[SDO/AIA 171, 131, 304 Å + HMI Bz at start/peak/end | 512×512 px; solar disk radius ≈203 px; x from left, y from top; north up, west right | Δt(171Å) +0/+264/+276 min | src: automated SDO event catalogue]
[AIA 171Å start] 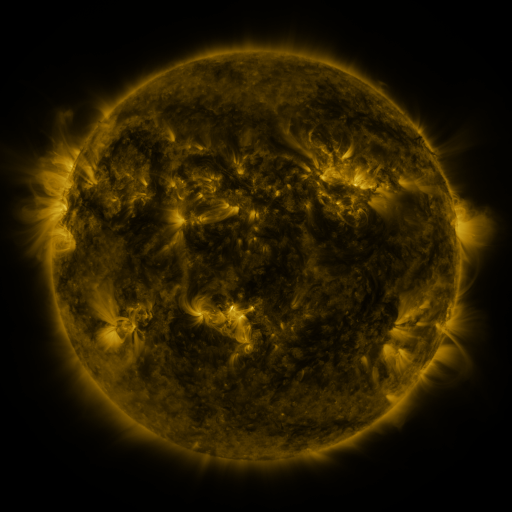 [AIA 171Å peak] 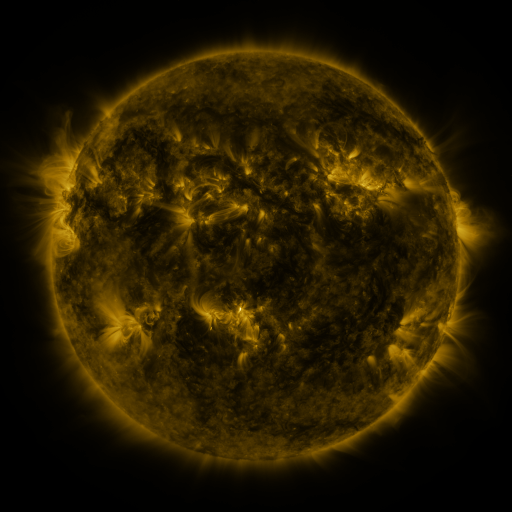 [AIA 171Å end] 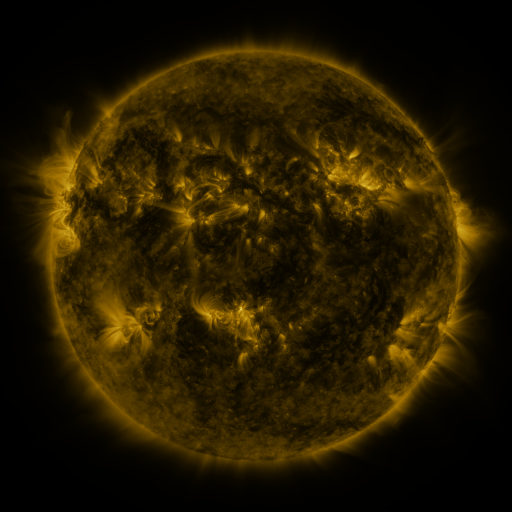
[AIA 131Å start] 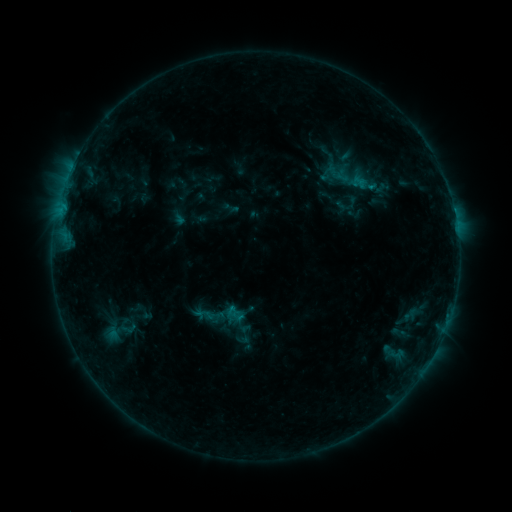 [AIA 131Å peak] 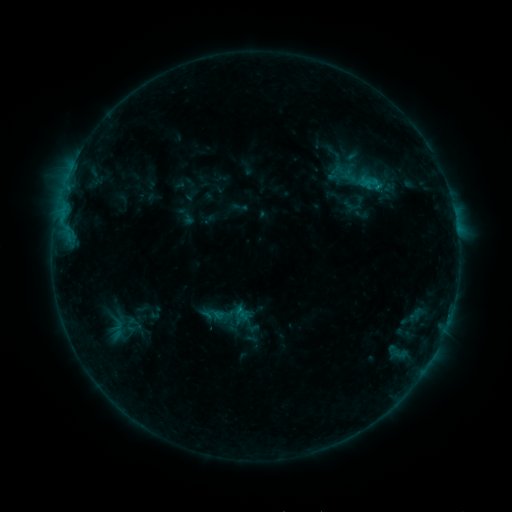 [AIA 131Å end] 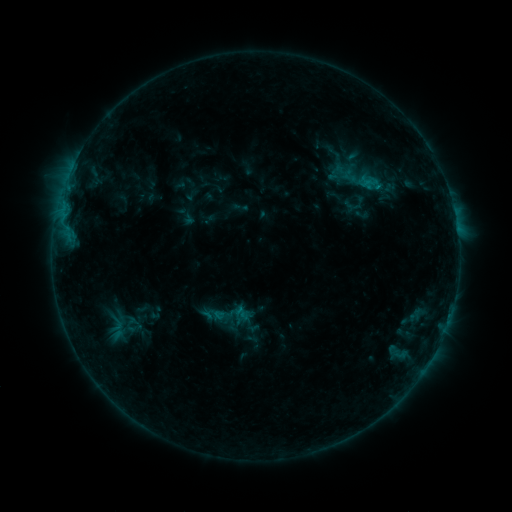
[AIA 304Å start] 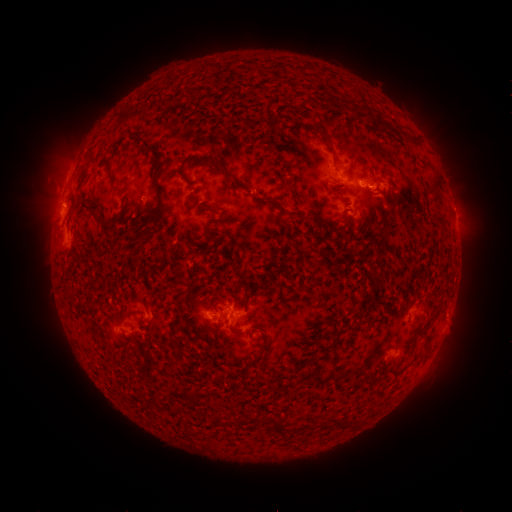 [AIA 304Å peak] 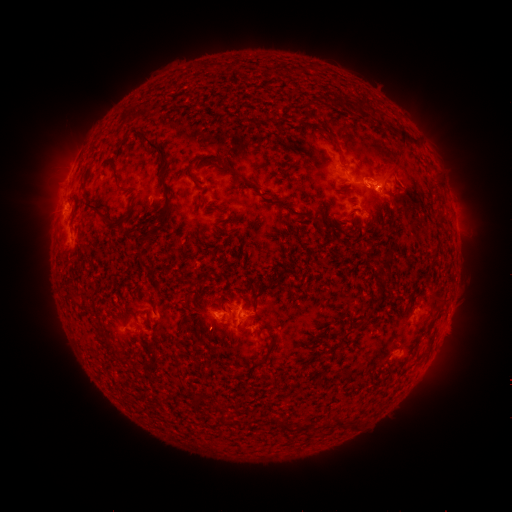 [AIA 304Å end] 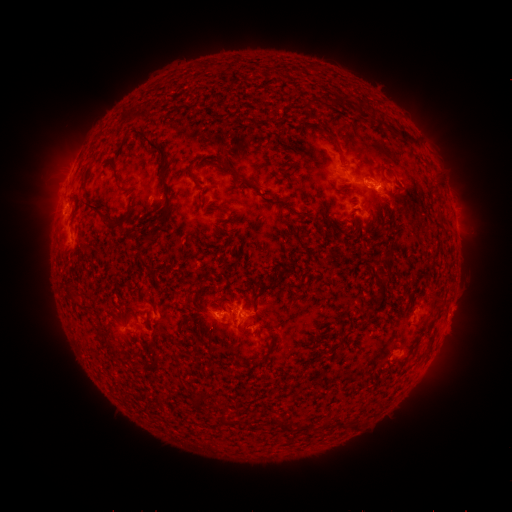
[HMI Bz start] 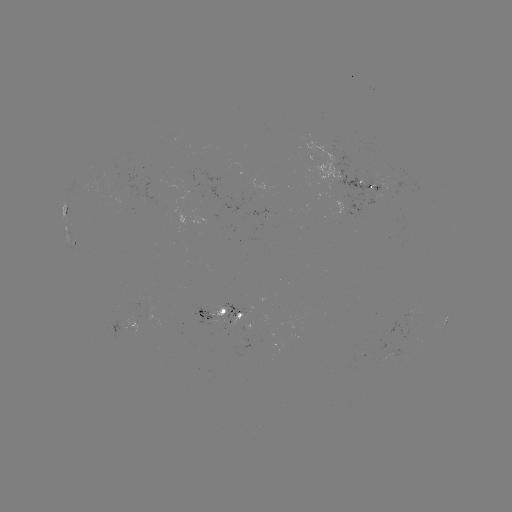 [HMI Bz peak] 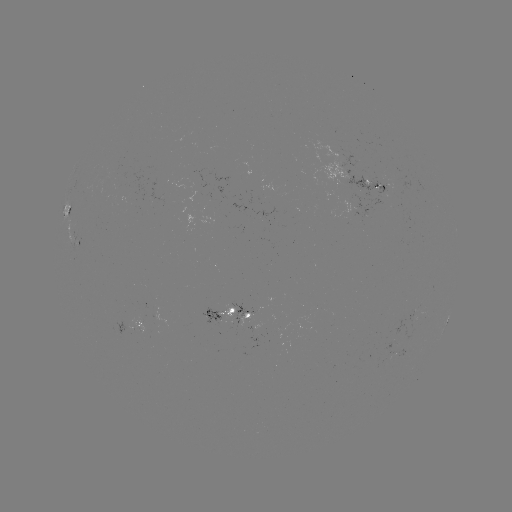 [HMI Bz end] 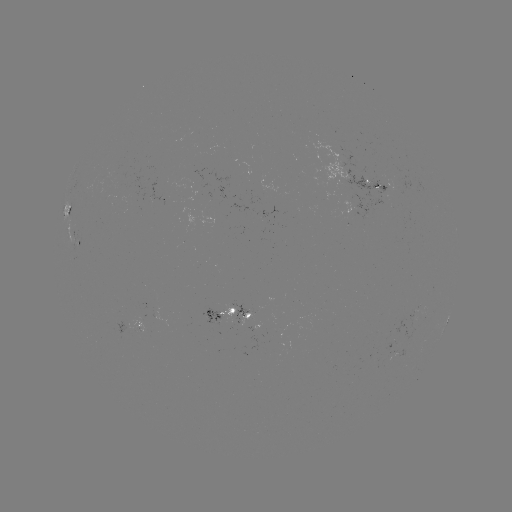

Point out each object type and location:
emerging-flux region: (216, 318)
